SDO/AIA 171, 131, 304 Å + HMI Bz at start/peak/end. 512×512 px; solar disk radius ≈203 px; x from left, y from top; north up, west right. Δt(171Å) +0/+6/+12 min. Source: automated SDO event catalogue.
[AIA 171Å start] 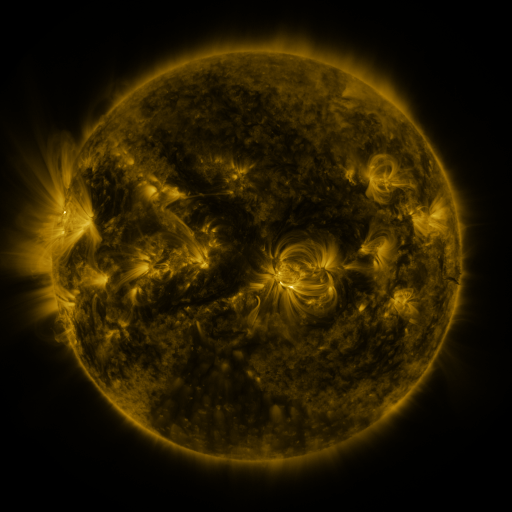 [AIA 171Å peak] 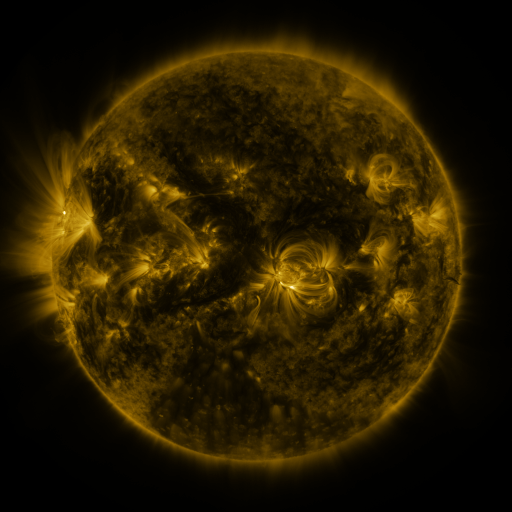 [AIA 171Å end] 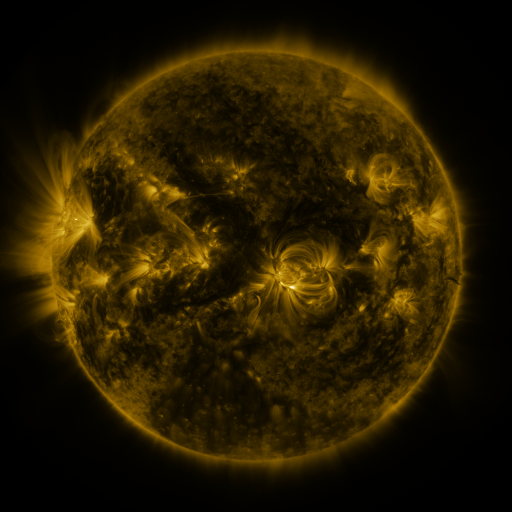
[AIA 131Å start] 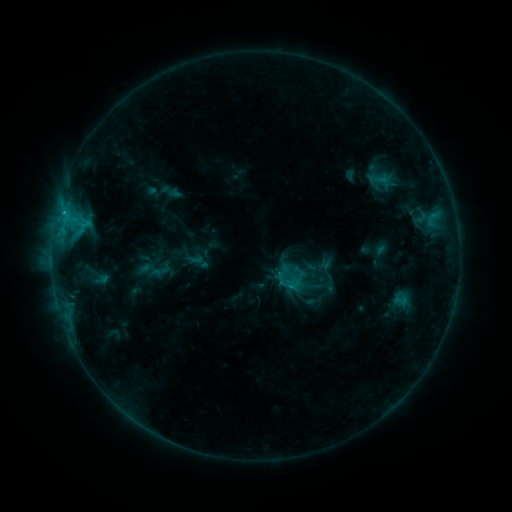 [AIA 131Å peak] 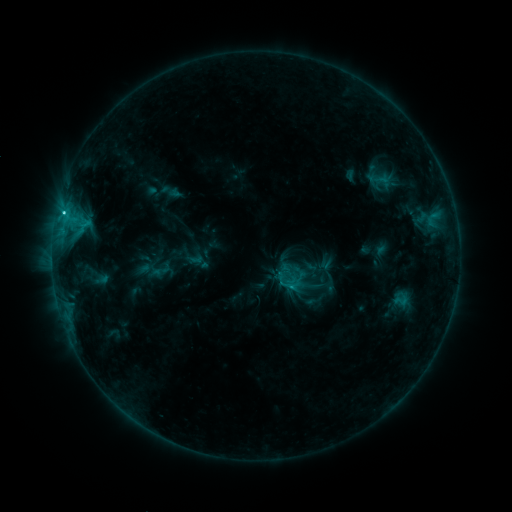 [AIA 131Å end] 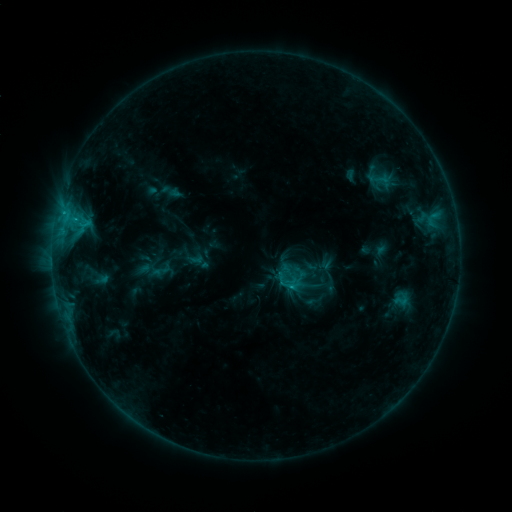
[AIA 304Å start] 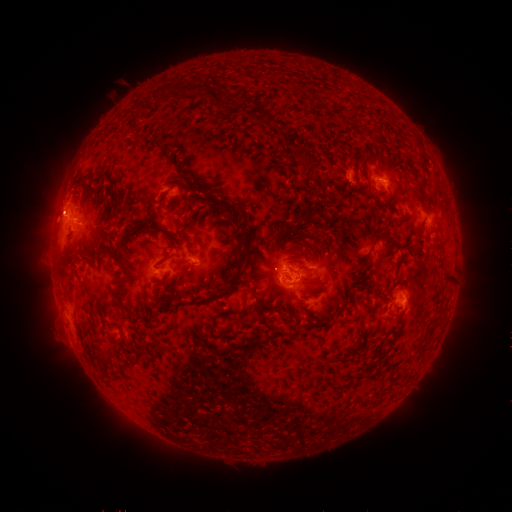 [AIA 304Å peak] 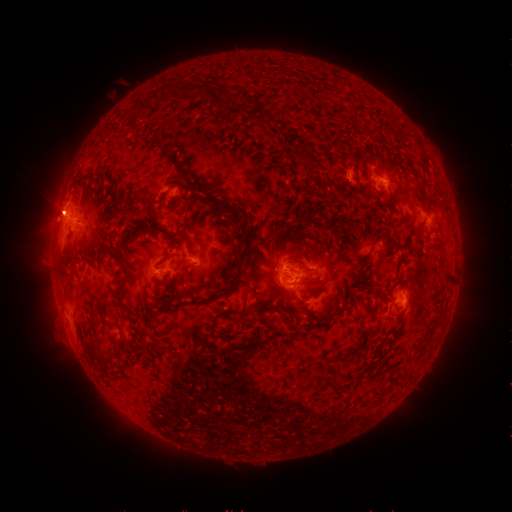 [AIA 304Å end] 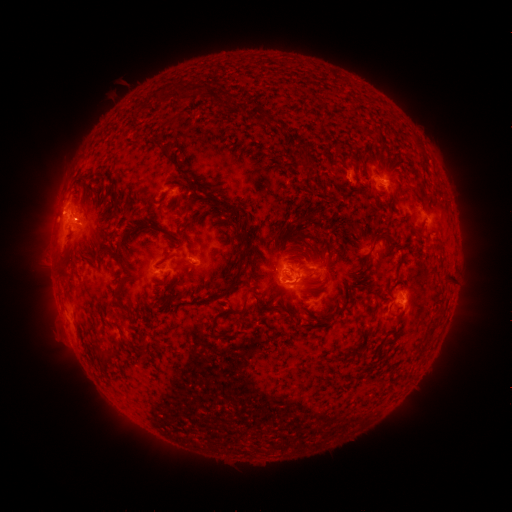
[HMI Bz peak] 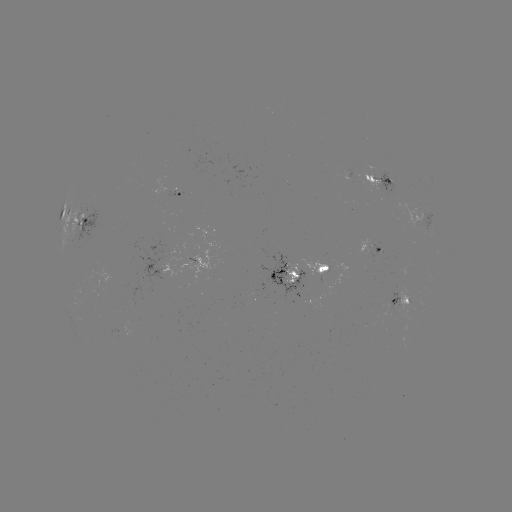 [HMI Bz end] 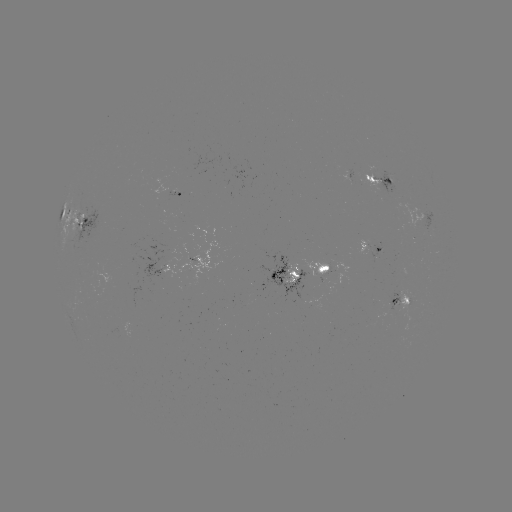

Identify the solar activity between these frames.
C1.6 flare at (64, 211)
